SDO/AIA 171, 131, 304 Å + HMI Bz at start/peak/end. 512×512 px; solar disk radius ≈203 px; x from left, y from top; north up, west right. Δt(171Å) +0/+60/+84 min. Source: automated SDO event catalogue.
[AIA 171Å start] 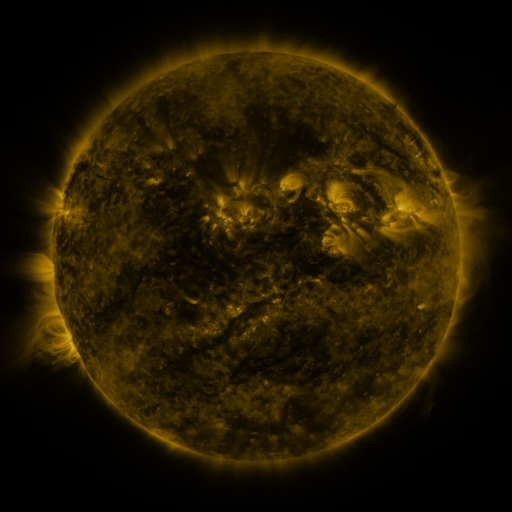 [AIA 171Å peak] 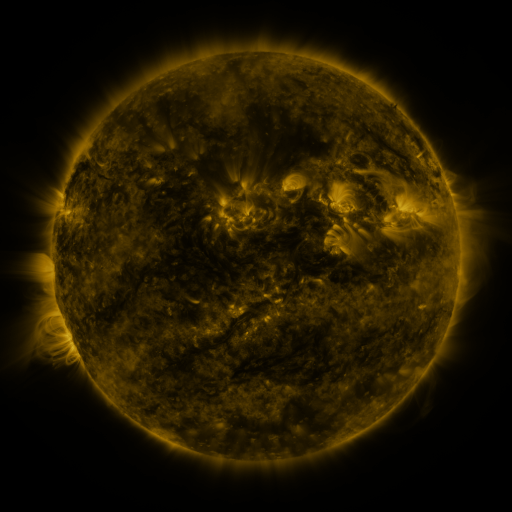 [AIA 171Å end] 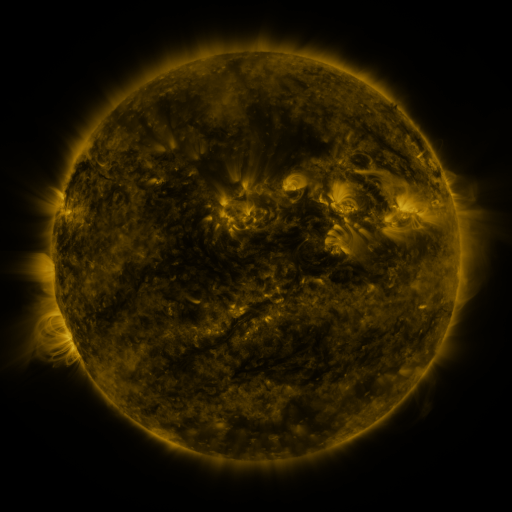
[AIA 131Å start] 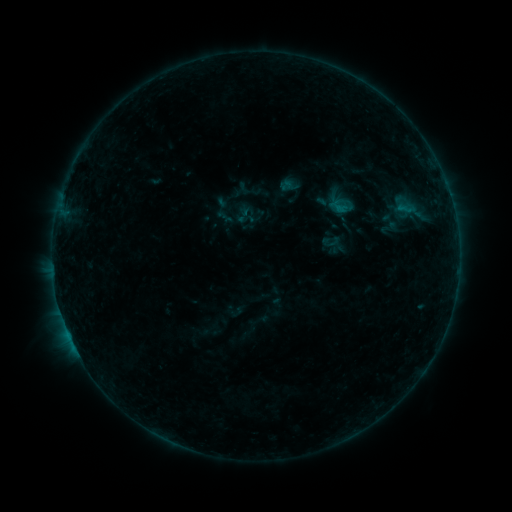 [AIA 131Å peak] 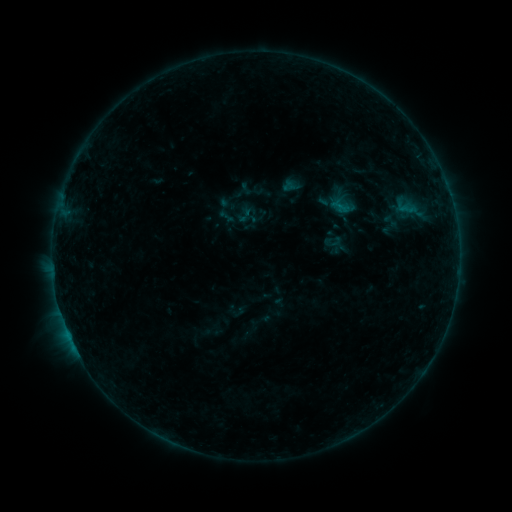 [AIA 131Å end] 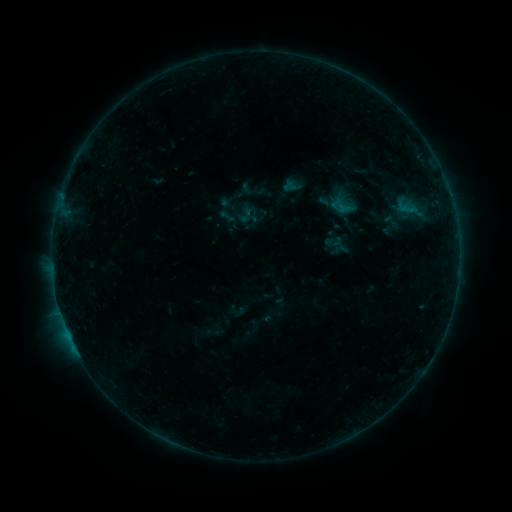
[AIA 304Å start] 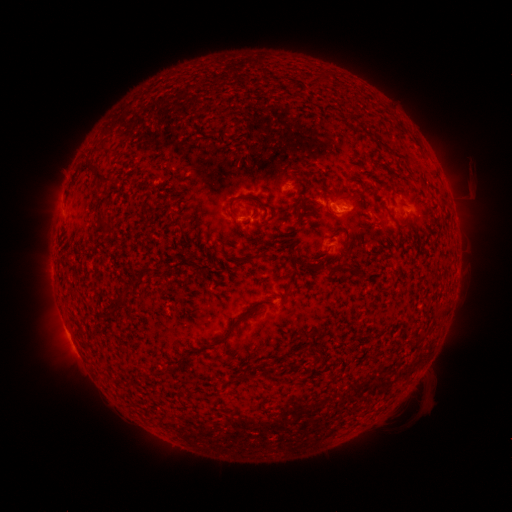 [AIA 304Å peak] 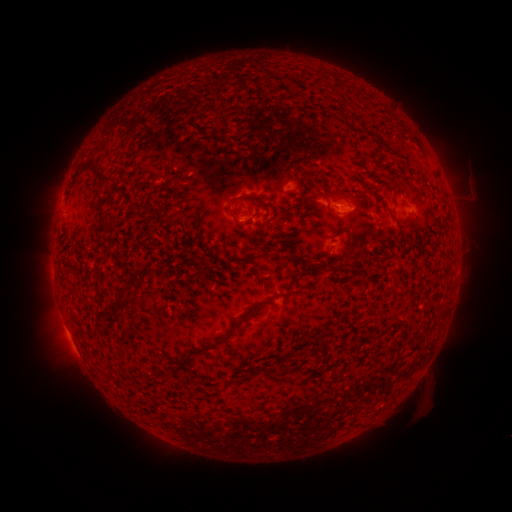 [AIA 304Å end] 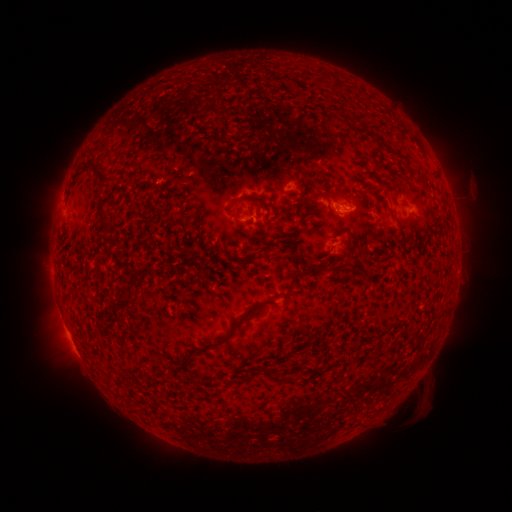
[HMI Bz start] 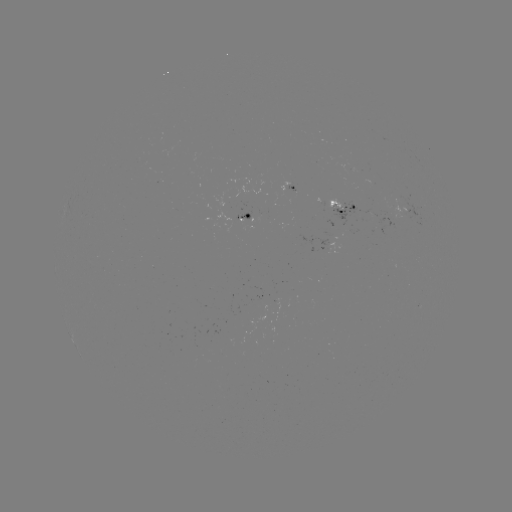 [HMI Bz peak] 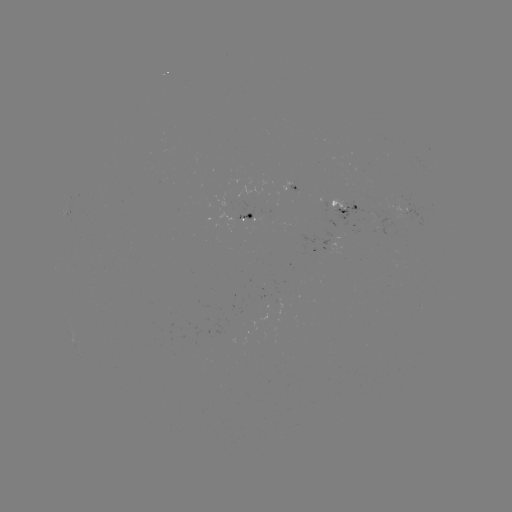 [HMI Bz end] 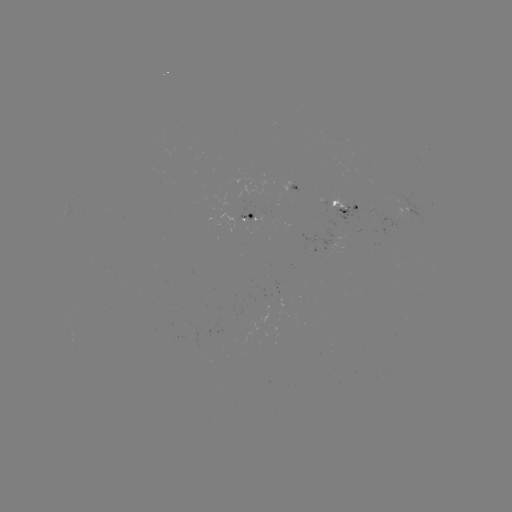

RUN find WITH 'emerging-flux region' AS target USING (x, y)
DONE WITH (400, 203) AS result